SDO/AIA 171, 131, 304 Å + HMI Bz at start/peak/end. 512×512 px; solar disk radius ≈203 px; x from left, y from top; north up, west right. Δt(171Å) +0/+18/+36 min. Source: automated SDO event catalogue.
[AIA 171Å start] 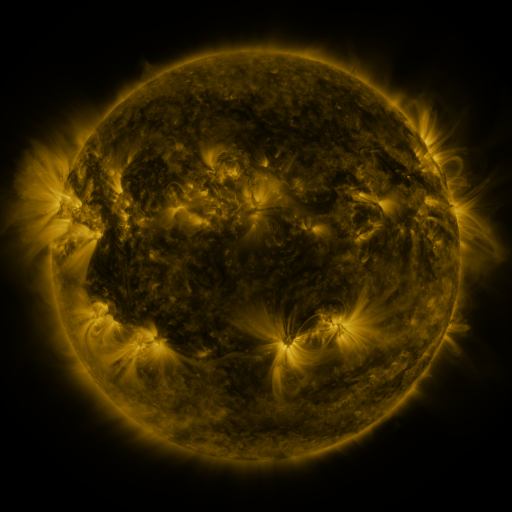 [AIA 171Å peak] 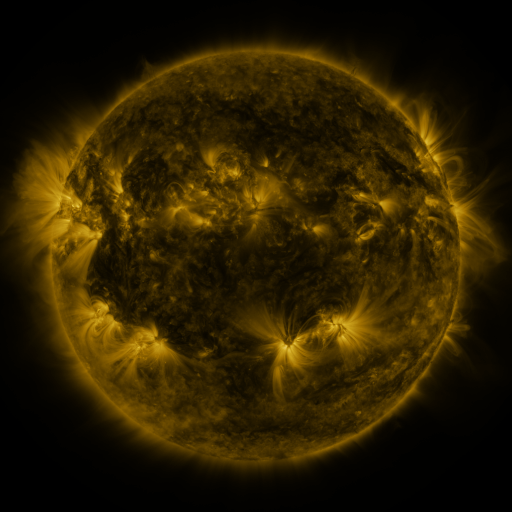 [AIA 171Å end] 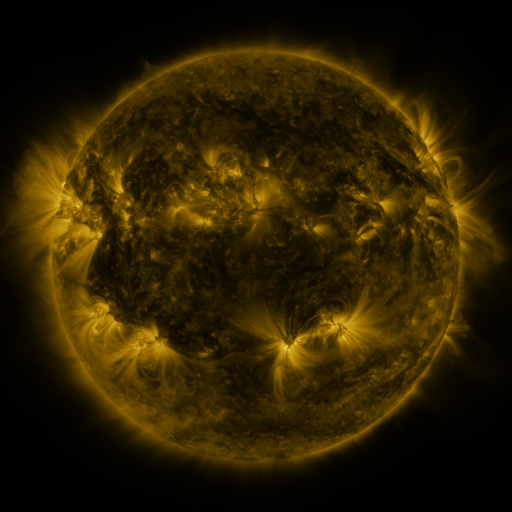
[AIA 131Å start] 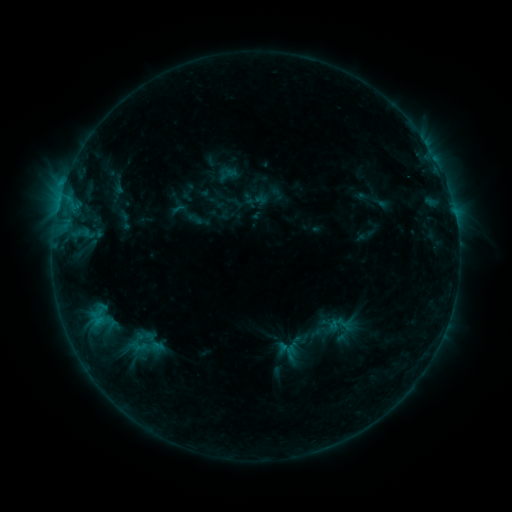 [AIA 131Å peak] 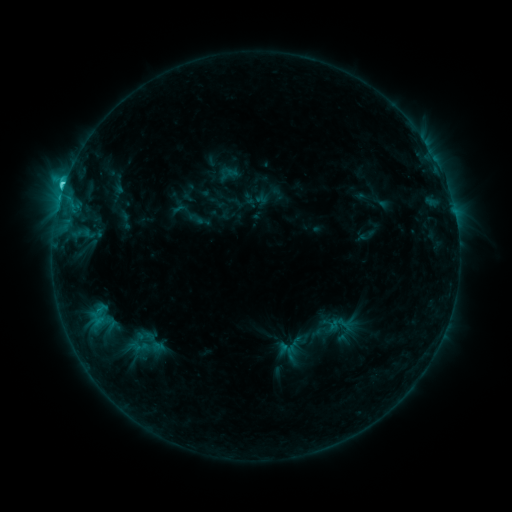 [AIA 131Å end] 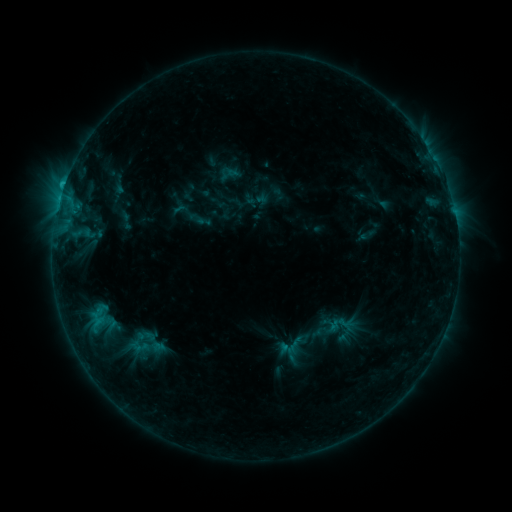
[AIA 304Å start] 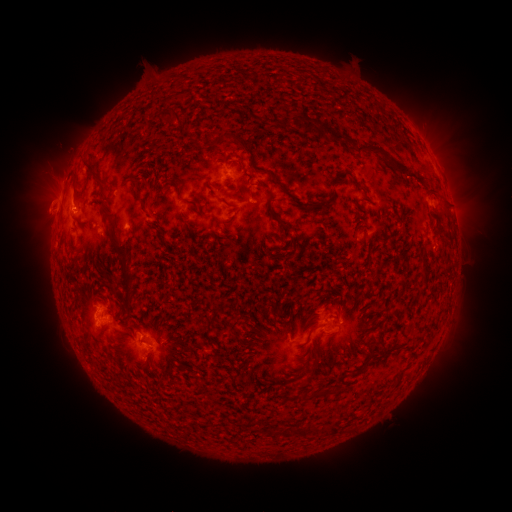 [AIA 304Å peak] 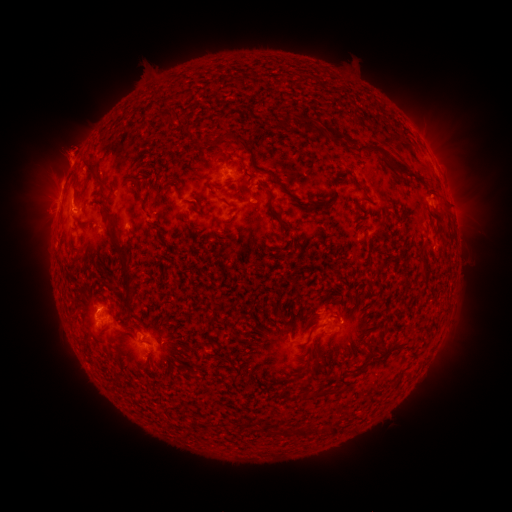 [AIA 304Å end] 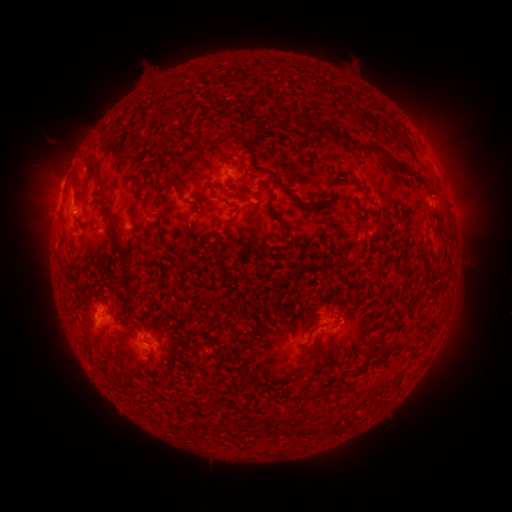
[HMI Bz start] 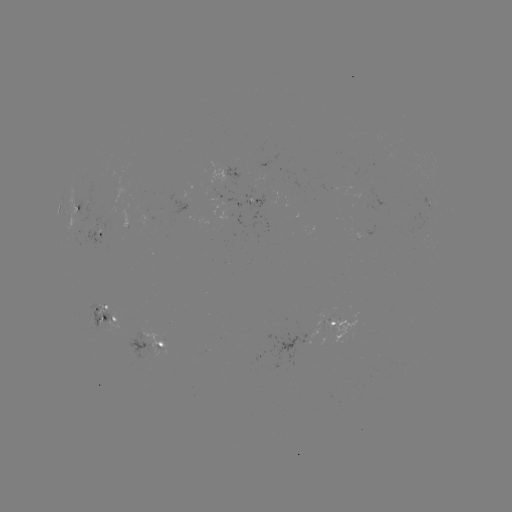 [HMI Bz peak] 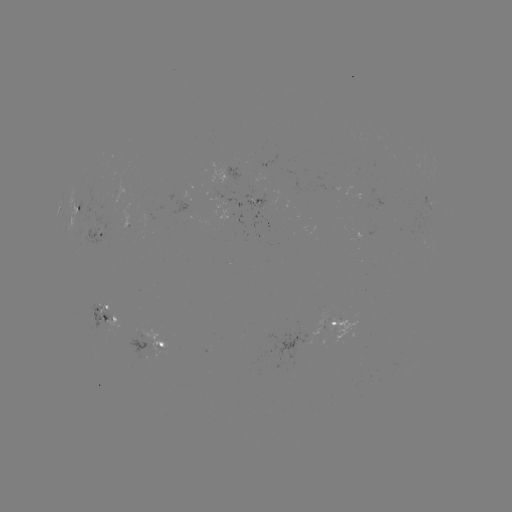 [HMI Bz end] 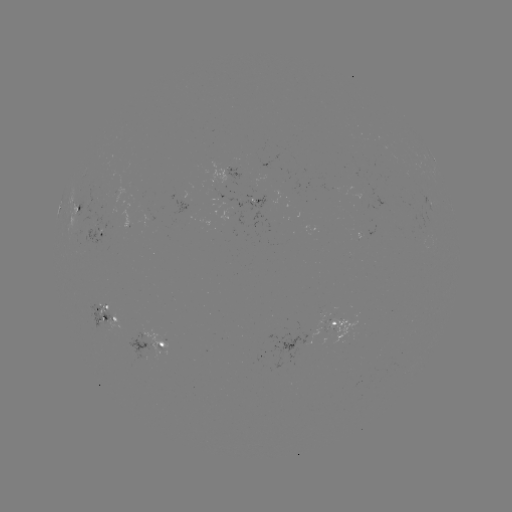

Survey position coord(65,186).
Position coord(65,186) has C2.7 flare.